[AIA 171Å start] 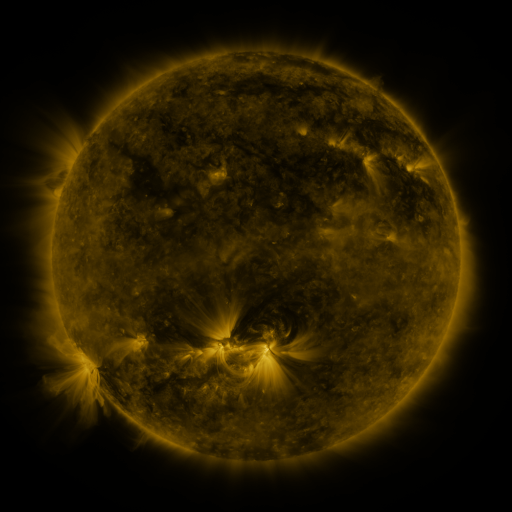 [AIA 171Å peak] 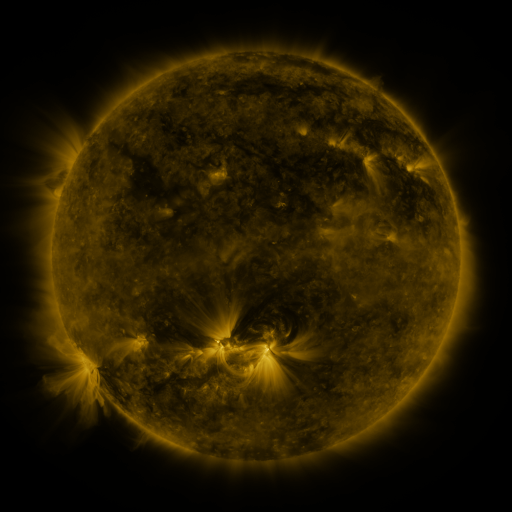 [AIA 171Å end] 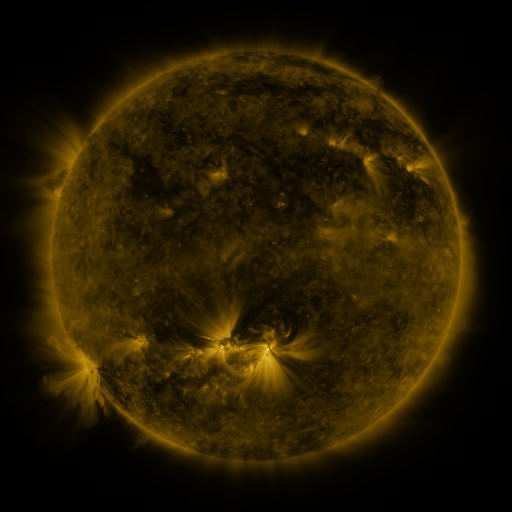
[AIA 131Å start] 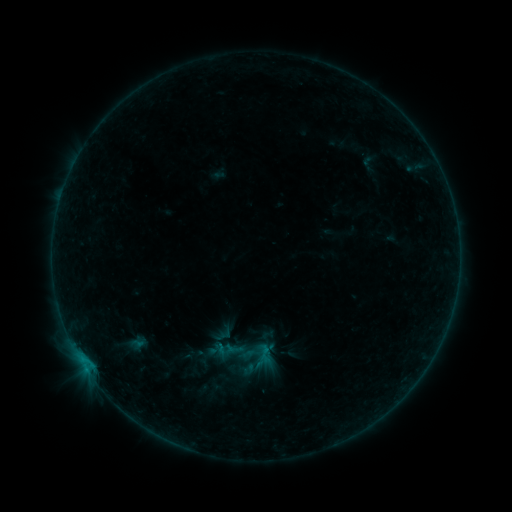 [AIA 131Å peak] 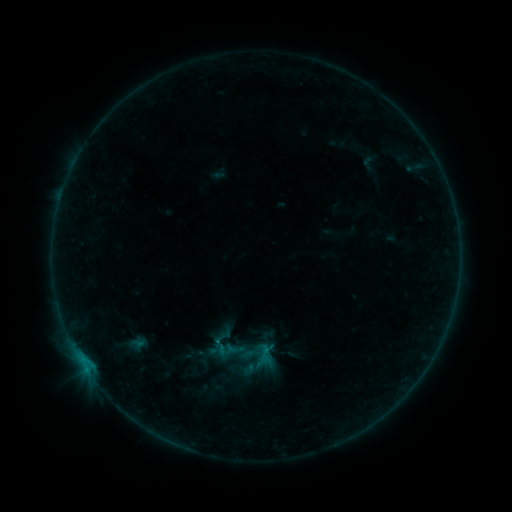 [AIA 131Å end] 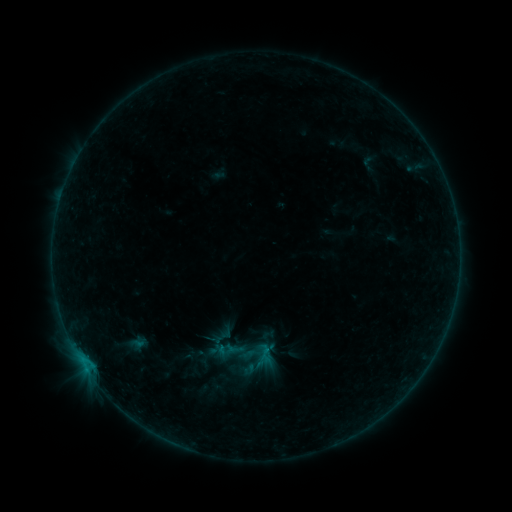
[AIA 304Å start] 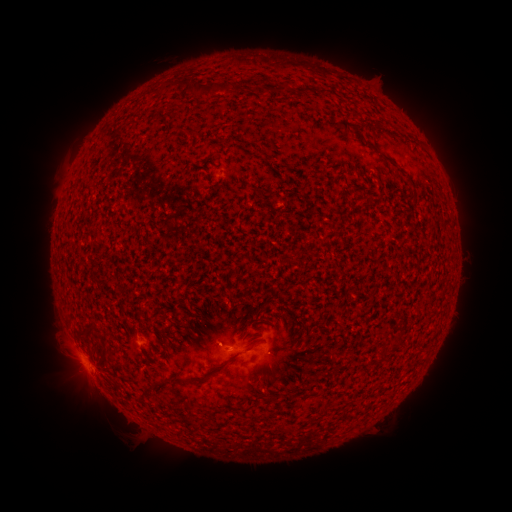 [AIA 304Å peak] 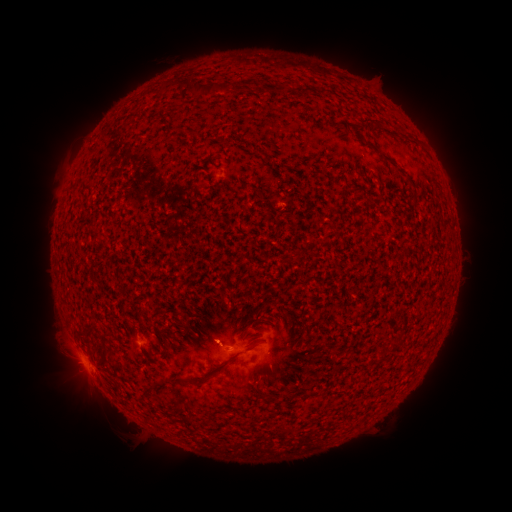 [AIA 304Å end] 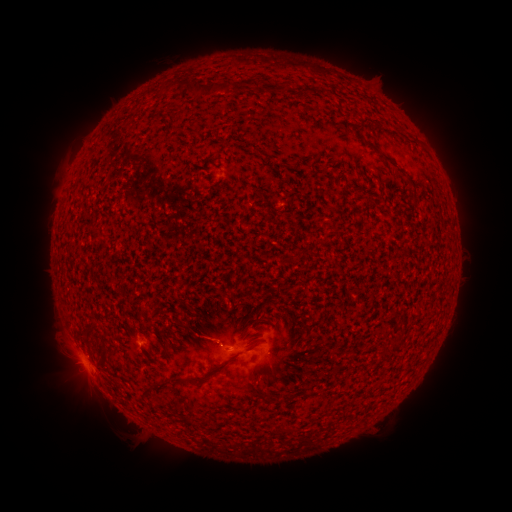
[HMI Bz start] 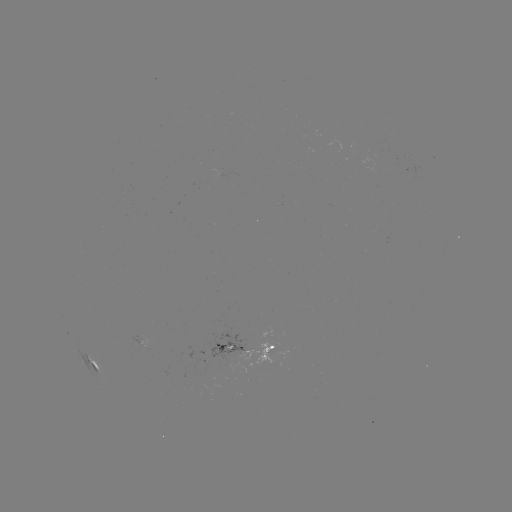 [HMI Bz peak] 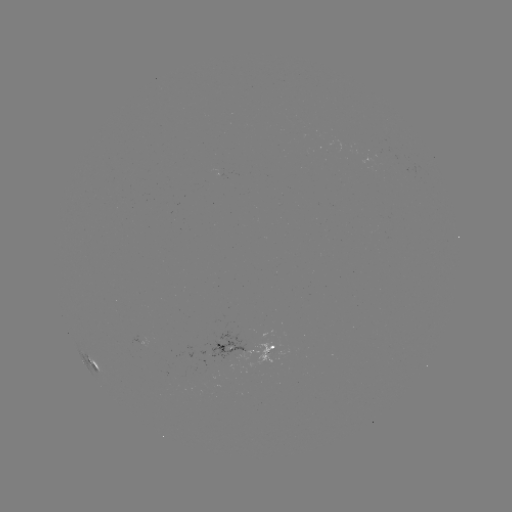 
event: eruption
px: (204, 333)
